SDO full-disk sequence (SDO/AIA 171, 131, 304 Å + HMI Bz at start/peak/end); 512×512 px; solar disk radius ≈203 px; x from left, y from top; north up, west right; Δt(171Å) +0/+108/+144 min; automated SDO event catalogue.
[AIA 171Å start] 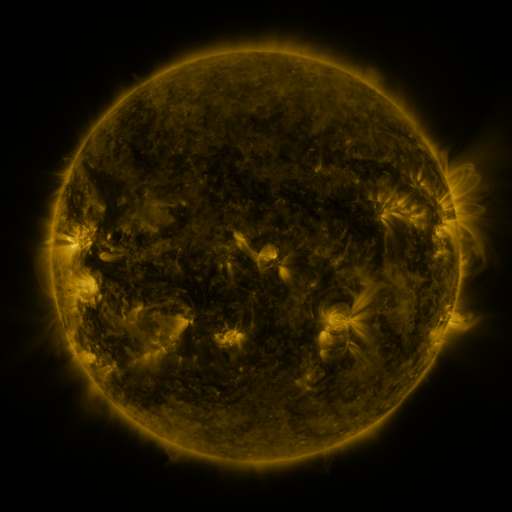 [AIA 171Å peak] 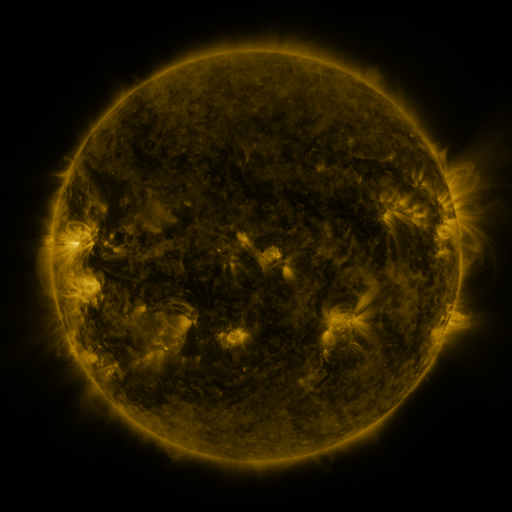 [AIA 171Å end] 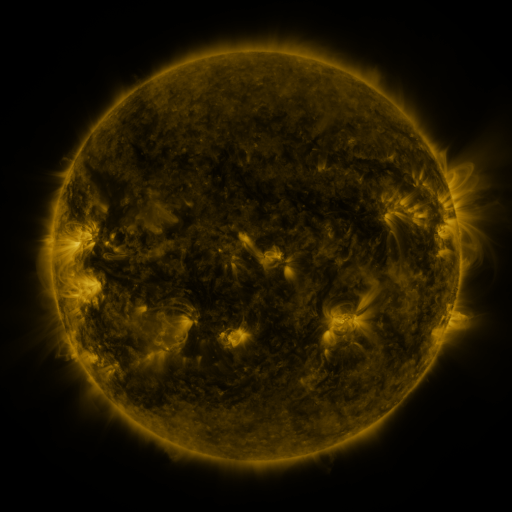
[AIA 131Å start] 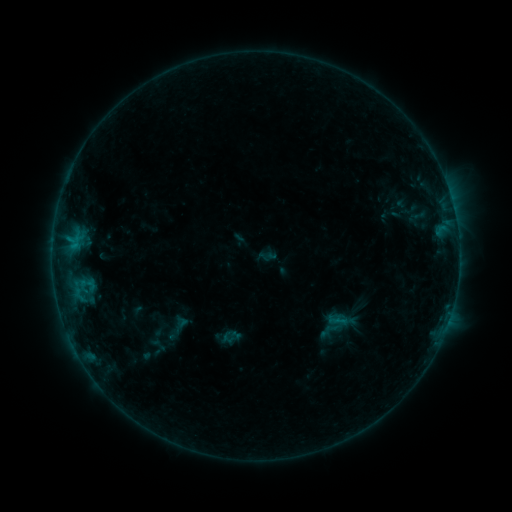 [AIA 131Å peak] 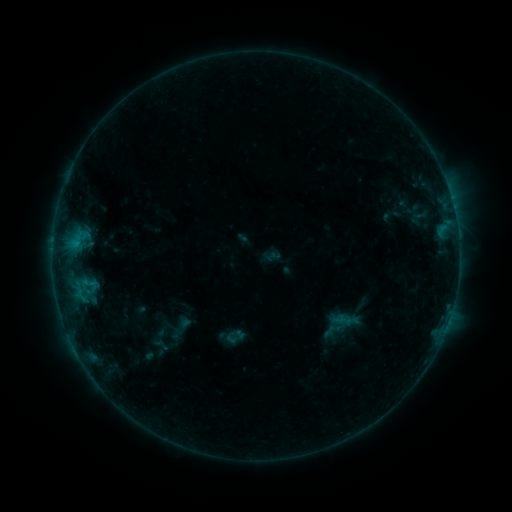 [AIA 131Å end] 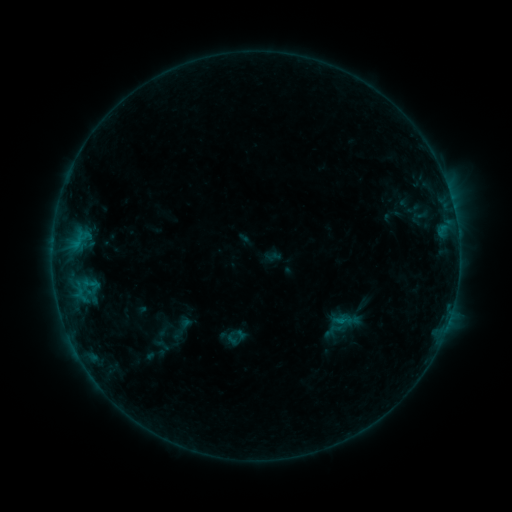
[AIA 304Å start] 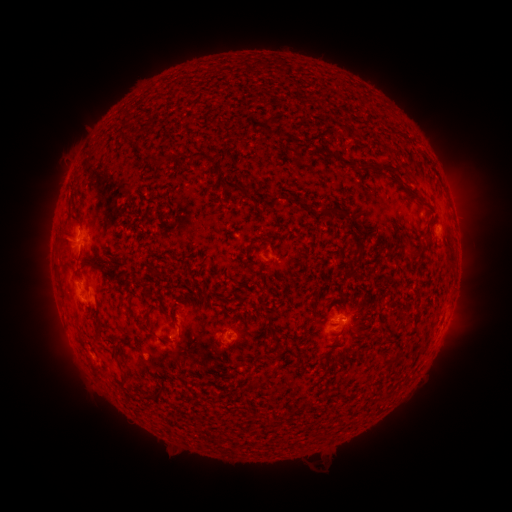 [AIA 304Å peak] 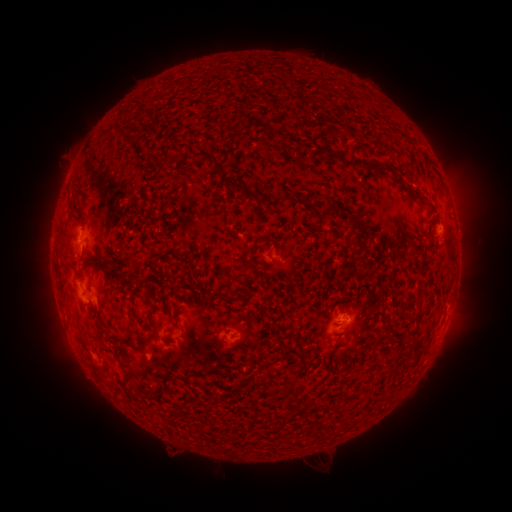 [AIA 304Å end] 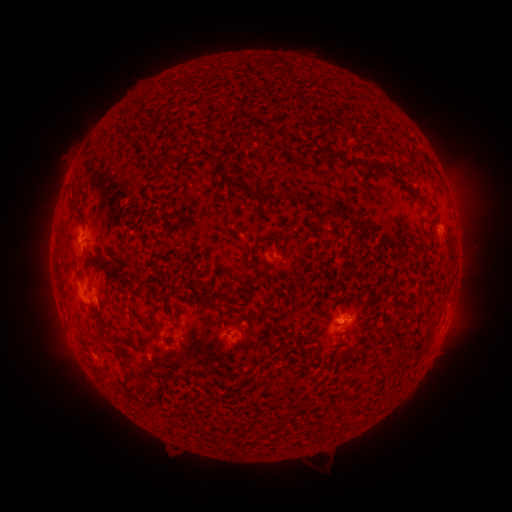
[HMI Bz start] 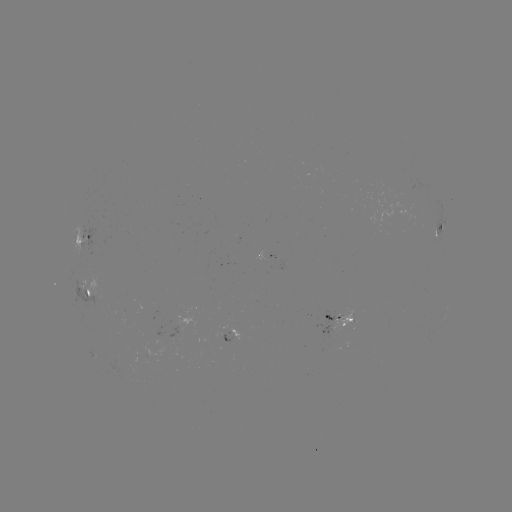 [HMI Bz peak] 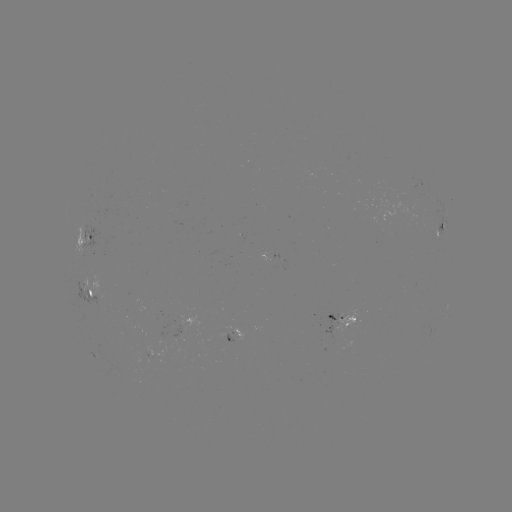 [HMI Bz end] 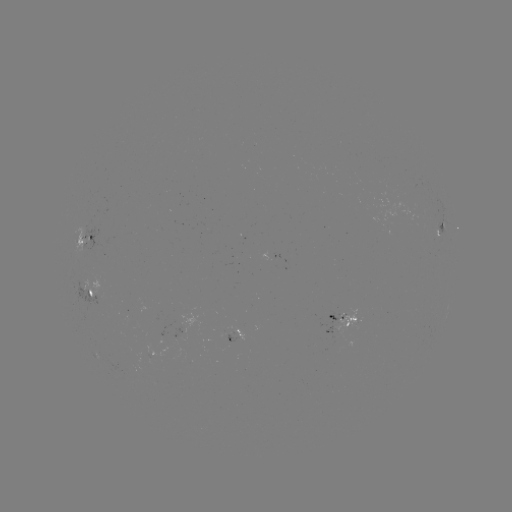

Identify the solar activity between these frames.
emerging-flux region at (352, 321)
